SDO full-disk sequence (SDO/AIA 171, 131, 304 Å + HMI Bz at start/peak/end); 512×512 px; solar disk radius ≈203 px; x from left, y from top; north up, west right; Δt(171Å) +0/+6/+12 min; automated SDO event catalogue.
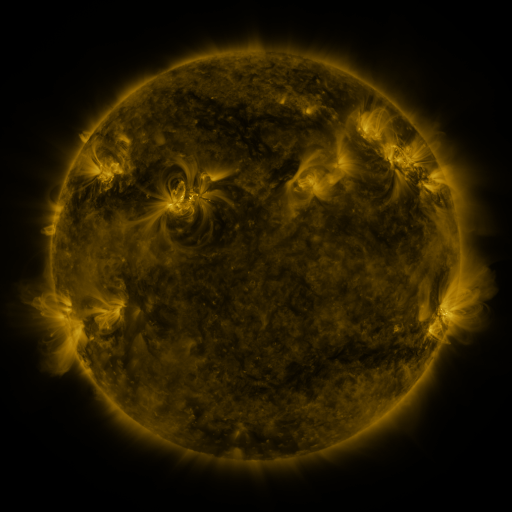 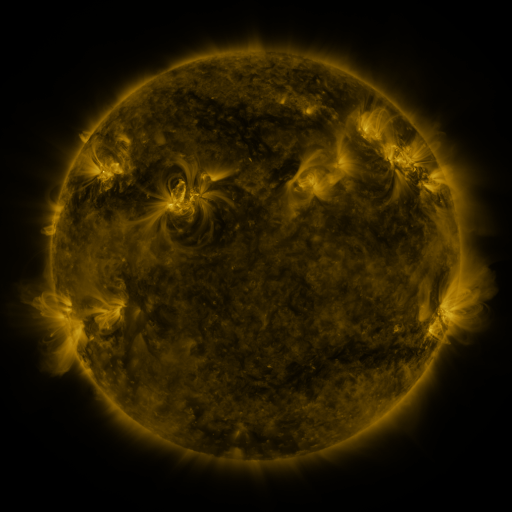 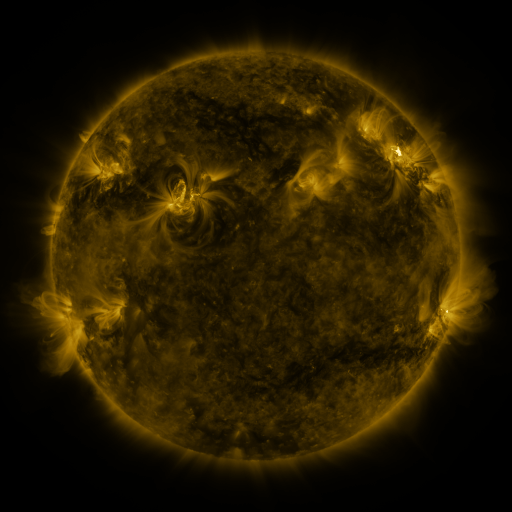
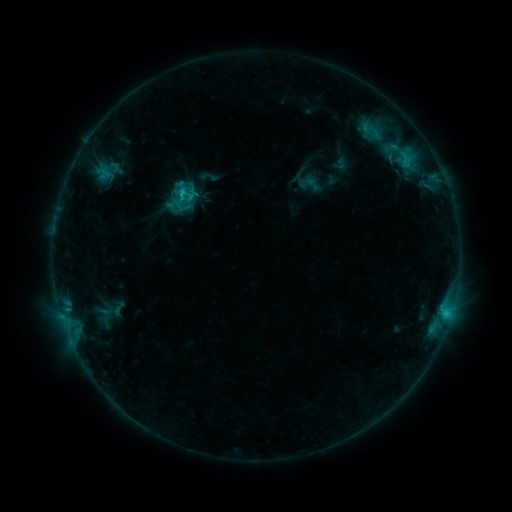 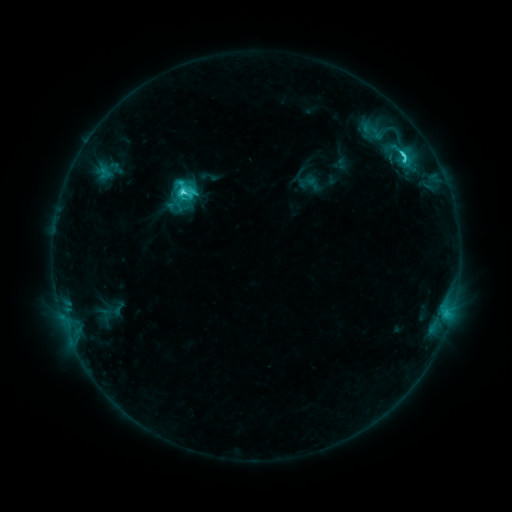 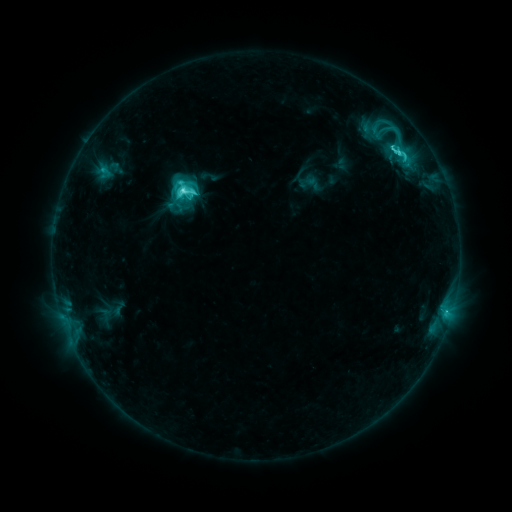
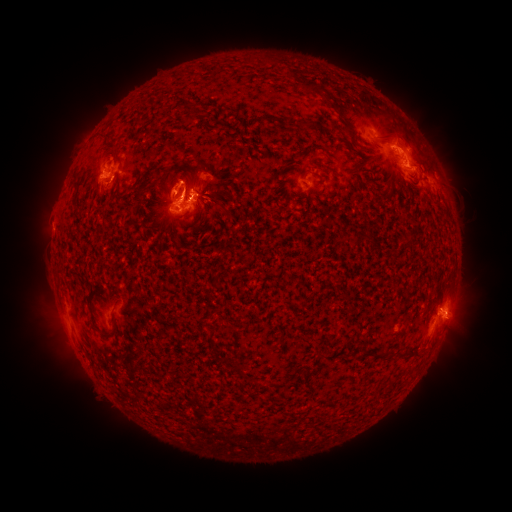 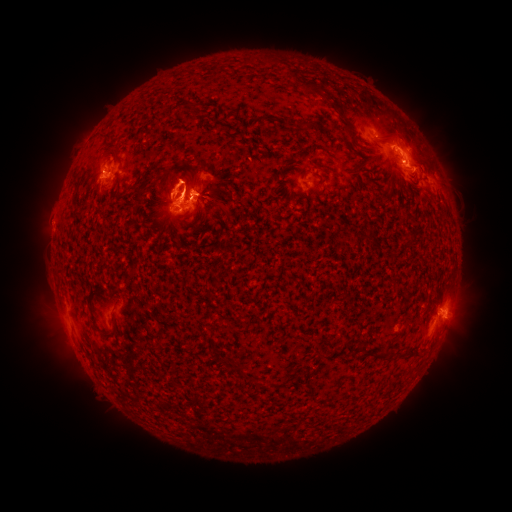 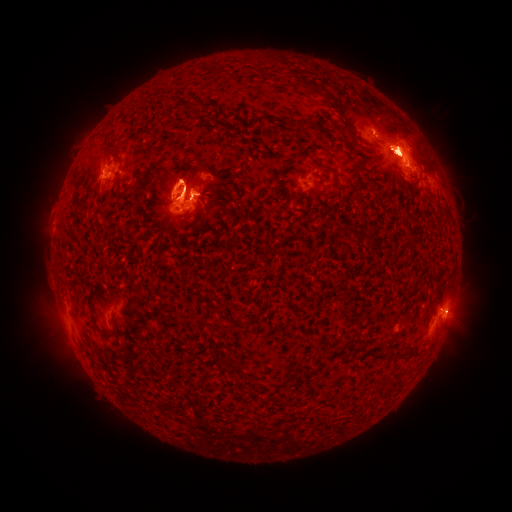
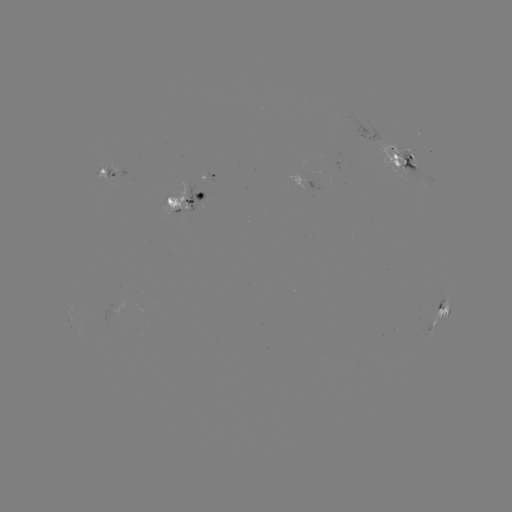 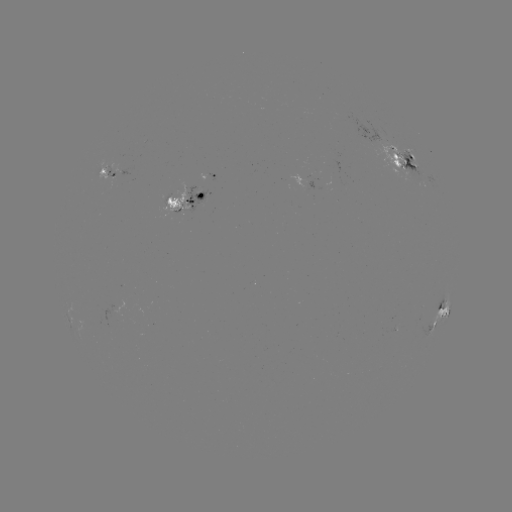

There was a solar eruption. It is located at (161, 185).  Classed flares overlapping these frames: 1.